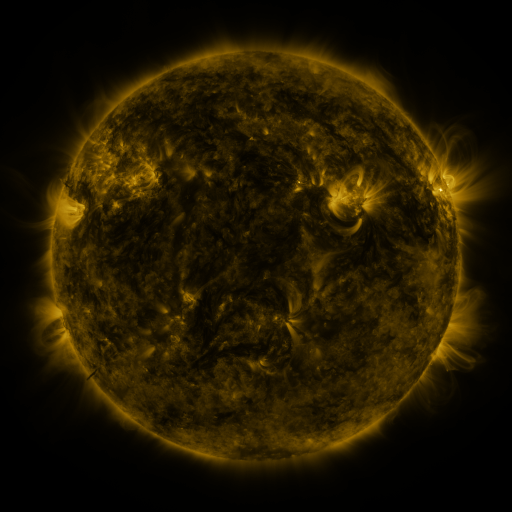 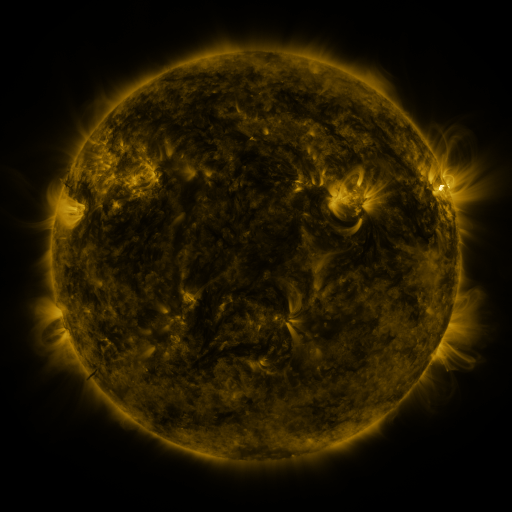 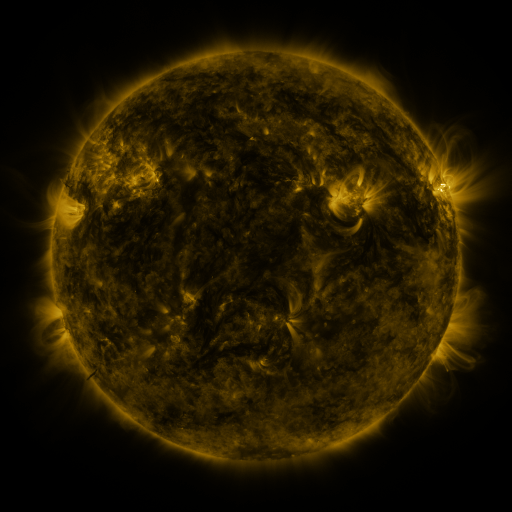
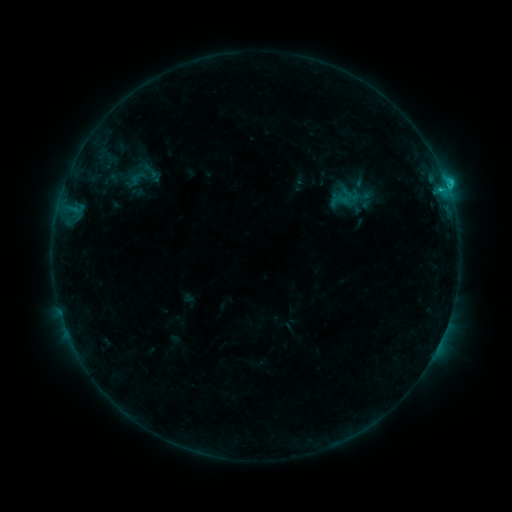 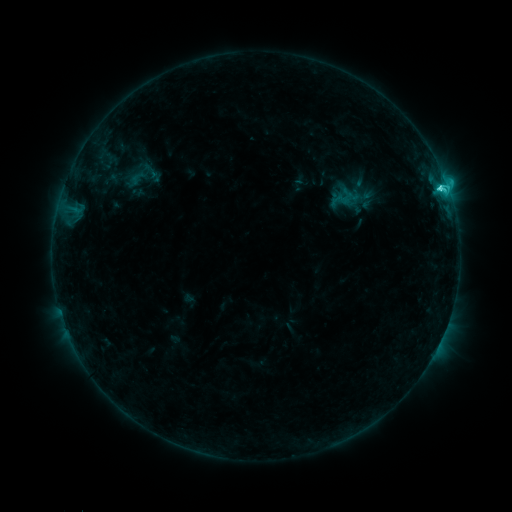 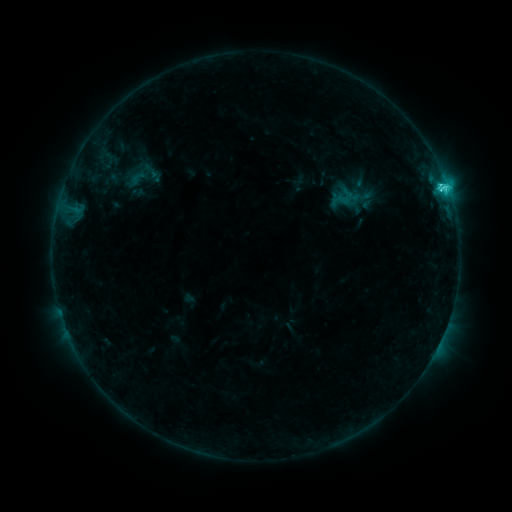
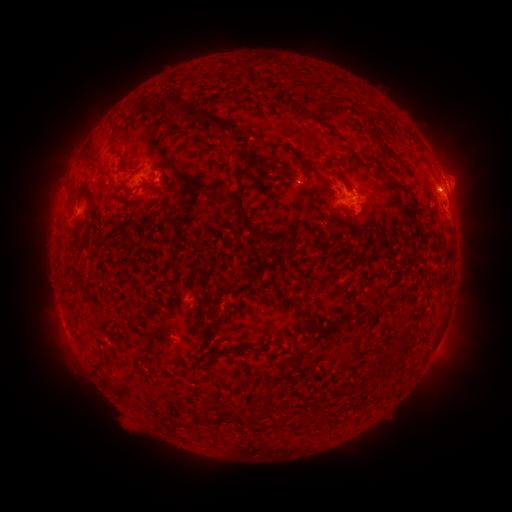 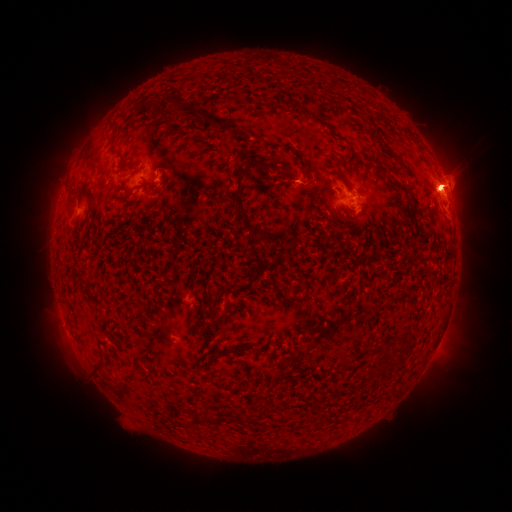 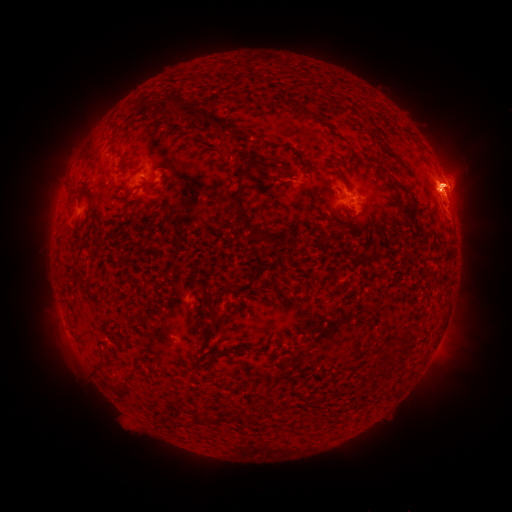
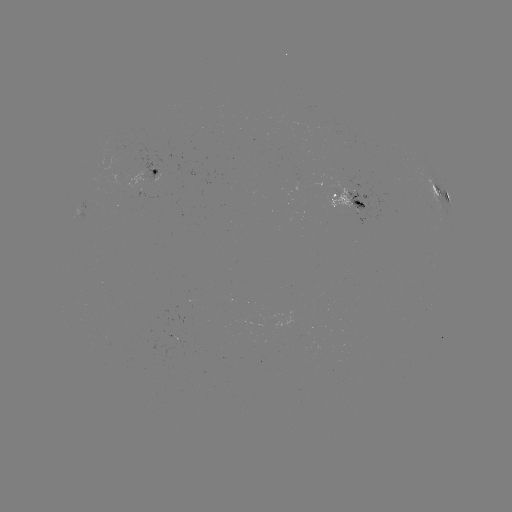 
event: eruption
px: (70, 174)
